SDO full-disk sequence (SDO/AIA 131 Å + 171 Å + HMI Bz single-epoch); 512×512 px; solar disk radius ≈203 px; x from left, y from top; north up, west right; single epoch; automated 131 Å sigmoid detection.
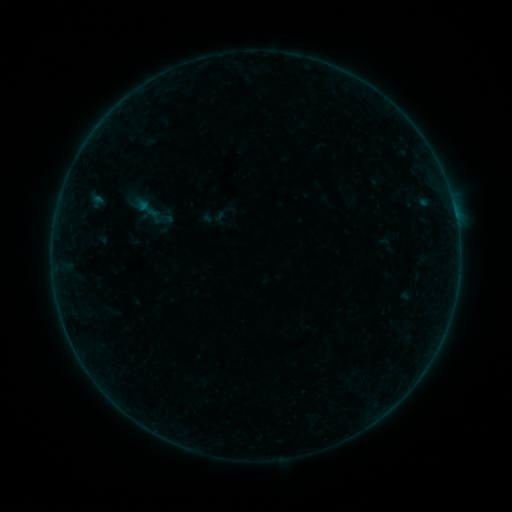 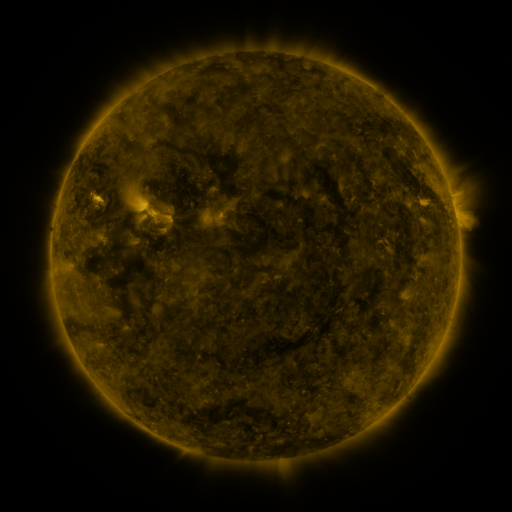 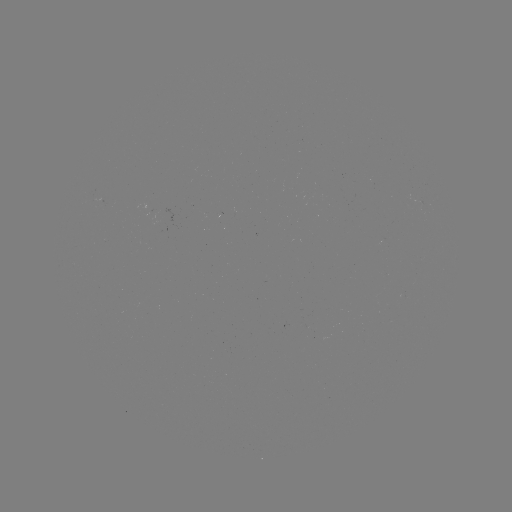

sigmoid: [129, 189, 174, 234]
